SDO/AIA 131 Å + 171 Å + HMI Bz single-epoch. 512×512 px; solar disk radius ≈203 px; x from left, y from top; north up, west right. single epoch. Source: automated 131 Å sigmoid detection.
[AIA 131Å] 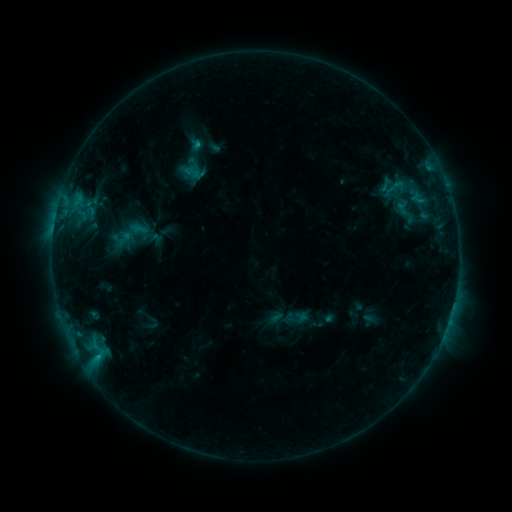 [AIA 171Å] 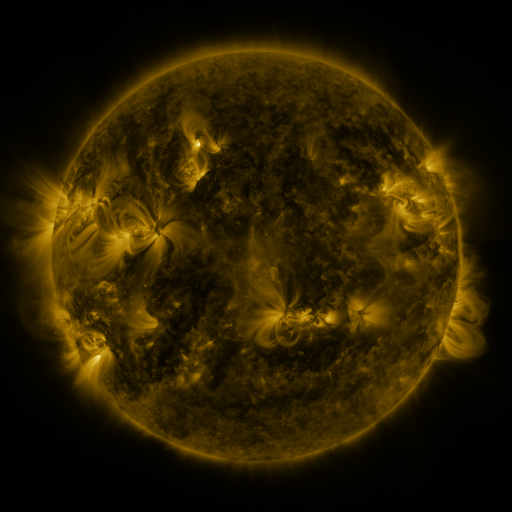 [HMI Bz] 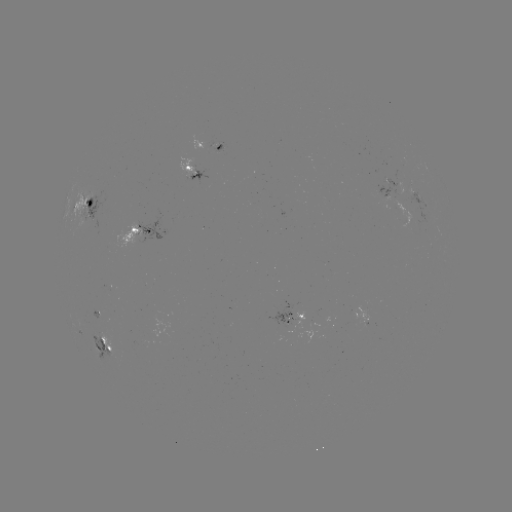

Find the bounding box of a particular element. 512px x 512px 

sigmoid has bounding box [380, 176, 408, 197].